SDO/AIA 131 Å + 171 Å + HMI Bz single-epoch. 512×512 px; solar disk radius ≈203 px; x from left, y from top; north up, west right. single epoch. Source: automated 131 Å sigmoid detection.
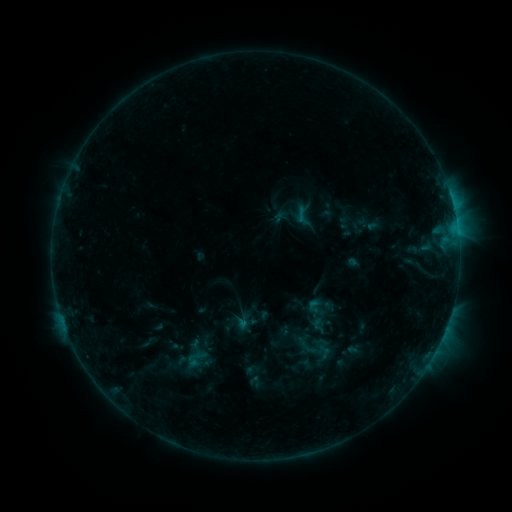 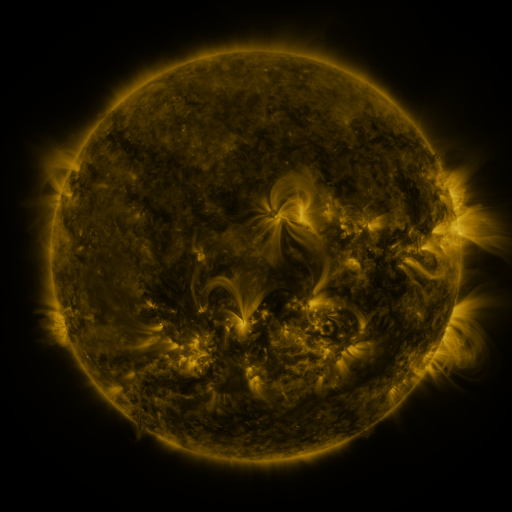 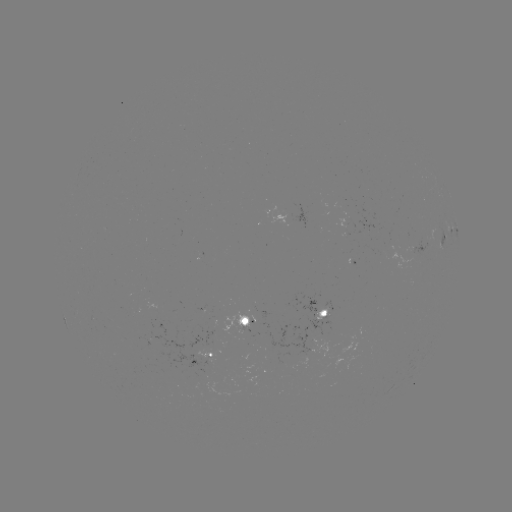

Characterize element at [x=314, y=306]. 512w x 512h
sigmoid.